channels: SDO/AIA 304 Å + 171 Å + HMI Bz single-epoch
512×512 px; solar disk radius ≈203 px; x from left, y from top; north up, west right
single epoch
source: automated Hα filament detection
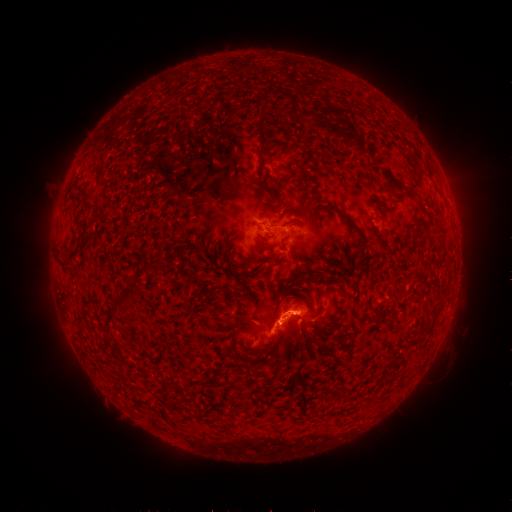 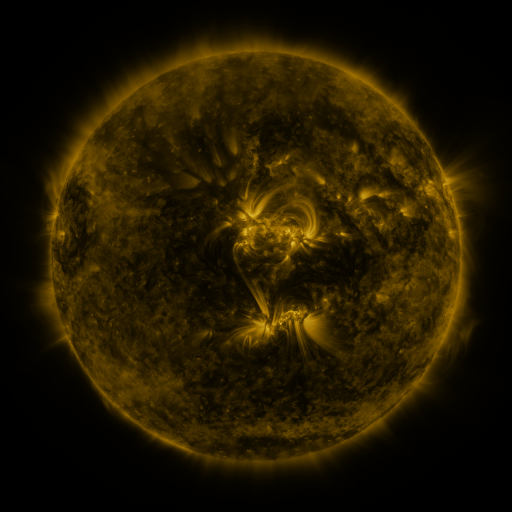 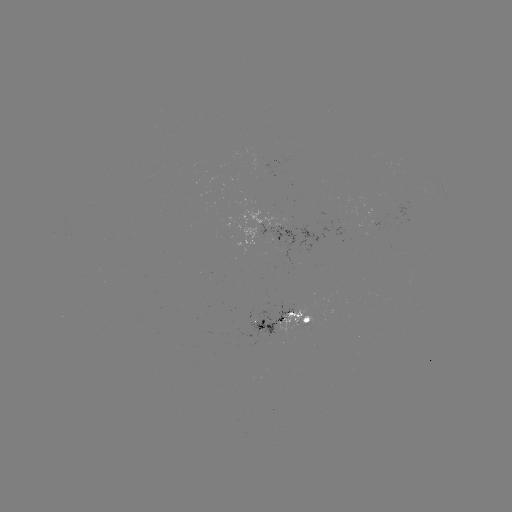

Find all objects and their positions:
filament: (262, 127)
filament: (418, 165)
filament: (264, 166)
filament: (391, 185)
filament: (412, 191)
filament: (285, 208)
filament: (274, 226)
filament: (355, 227)
filament: (145, 268)
filament: (122, 298)
filament: (271, 344)
filament: (338, 394)
